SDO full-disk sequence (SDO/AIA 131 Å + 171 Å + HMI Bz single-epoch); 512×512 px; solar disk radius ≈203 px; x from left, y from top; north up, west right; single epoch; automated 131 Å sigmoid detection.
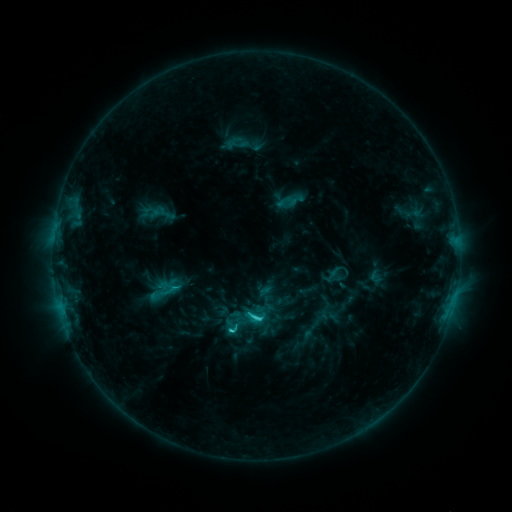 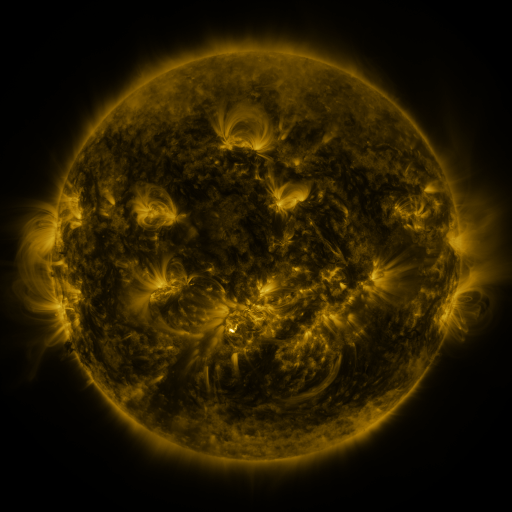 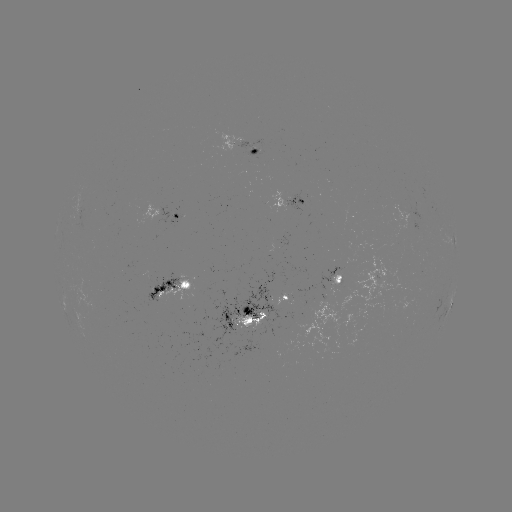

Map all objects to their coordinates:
sigmoid: (255, 315)
